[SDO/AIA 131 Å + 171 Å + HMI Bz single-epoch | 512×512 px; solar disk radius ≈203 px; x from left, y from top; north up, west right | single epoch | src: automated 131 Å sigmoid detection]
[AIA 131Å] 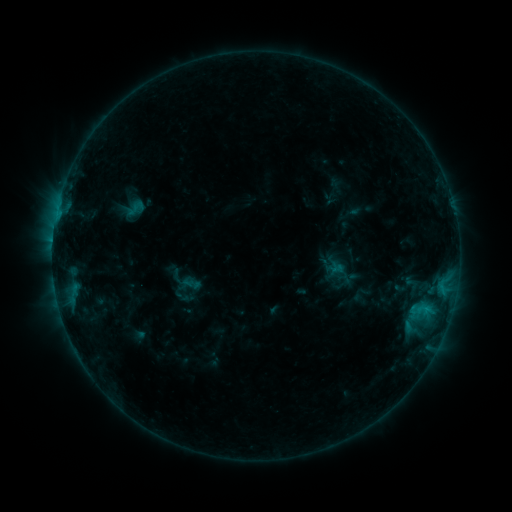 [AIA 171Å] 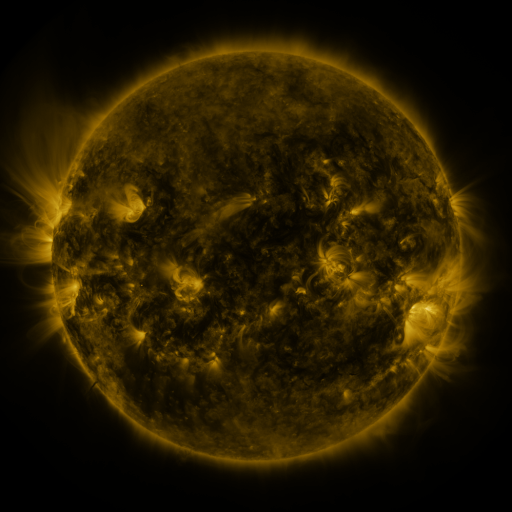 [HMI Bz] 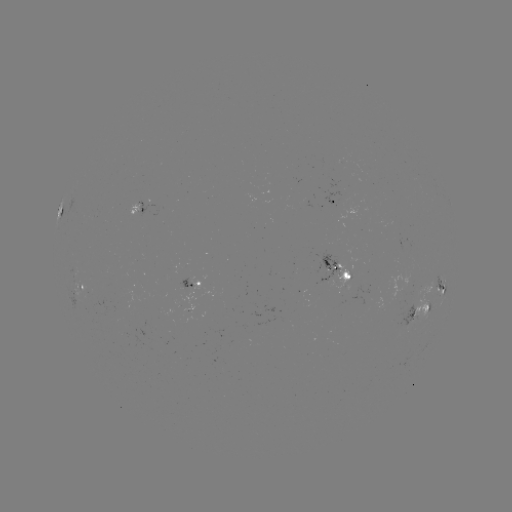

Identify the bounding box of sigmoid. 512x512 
[125, 198, 146, 219].